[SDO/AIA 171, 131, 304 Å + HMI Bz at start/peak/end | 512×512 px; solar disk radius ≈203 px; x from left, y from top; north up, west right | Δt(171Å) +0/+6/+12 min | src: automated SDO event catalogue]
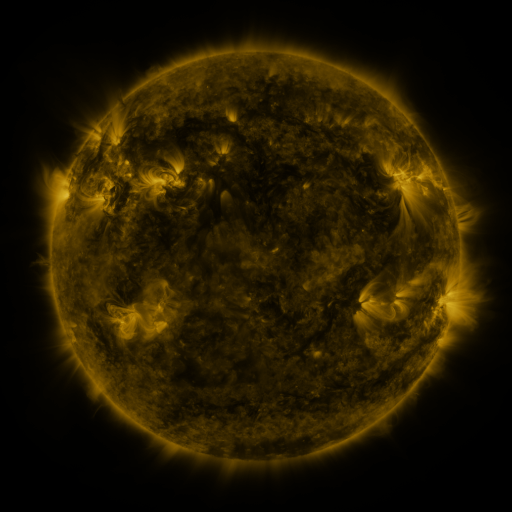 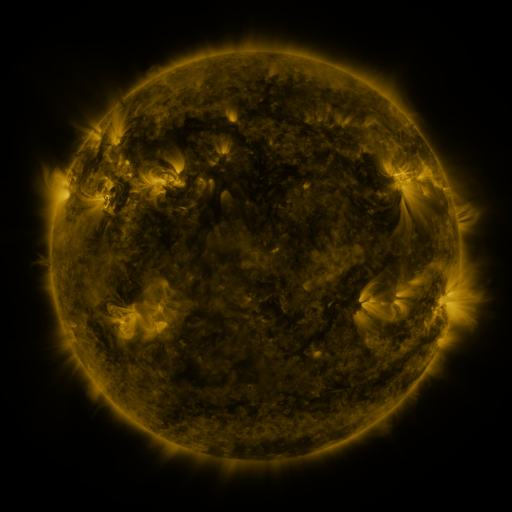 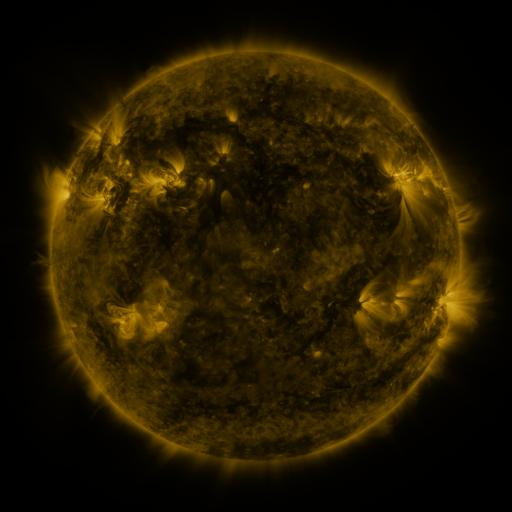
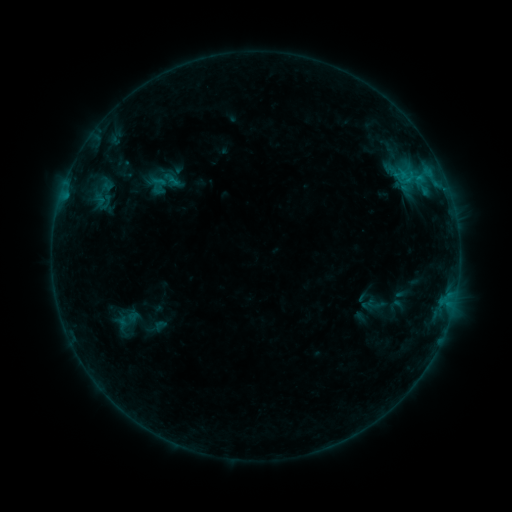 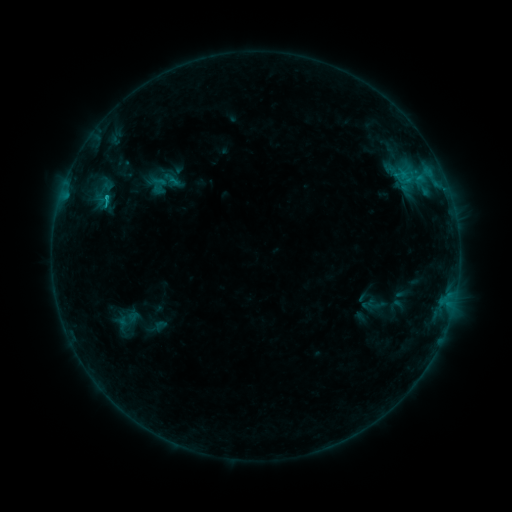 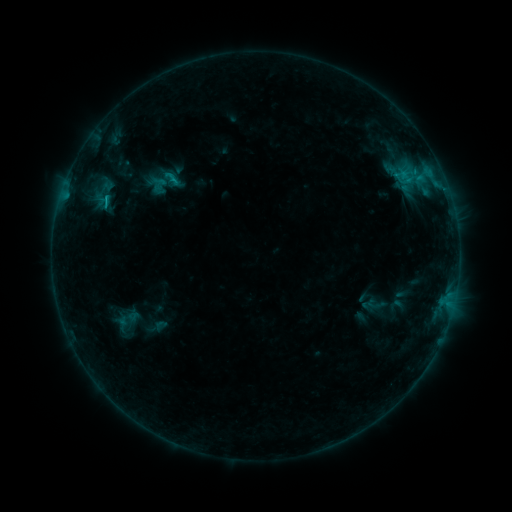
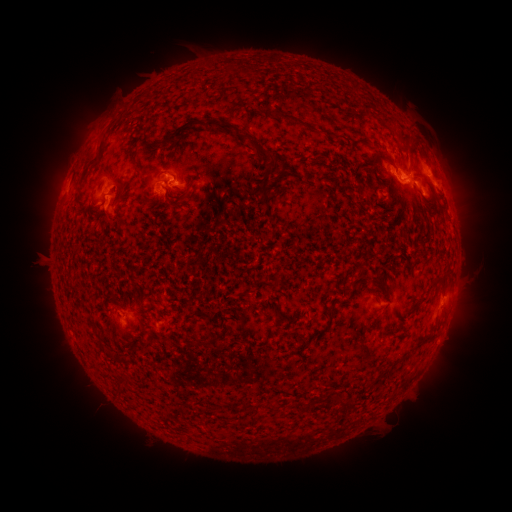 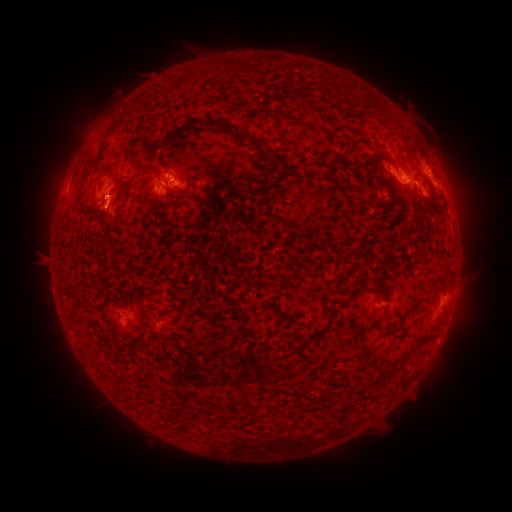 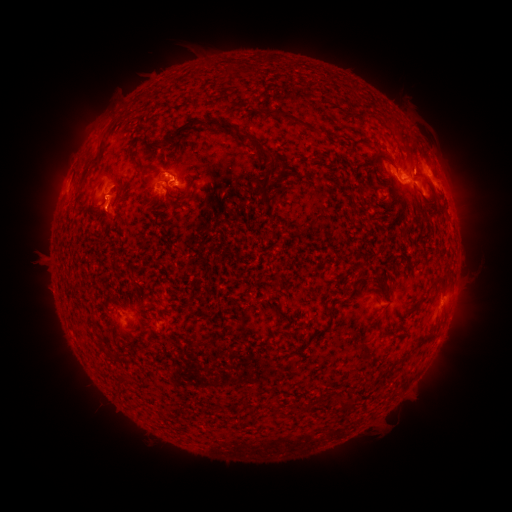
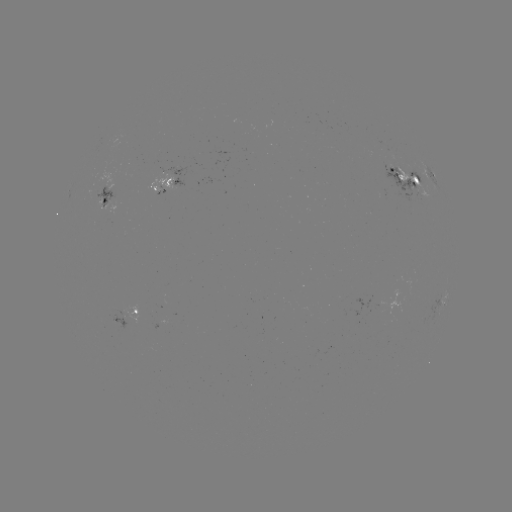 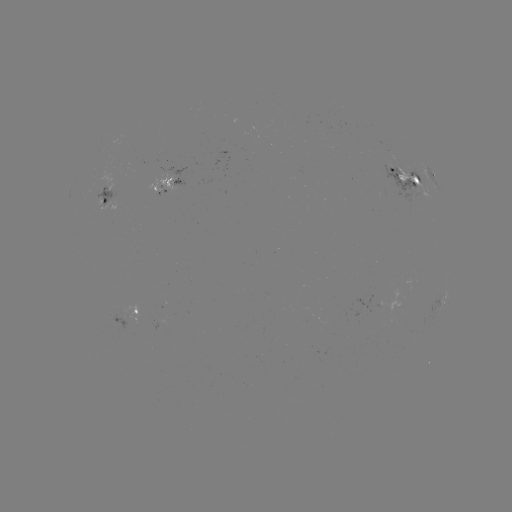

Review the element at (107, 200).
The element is C1.2 flare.